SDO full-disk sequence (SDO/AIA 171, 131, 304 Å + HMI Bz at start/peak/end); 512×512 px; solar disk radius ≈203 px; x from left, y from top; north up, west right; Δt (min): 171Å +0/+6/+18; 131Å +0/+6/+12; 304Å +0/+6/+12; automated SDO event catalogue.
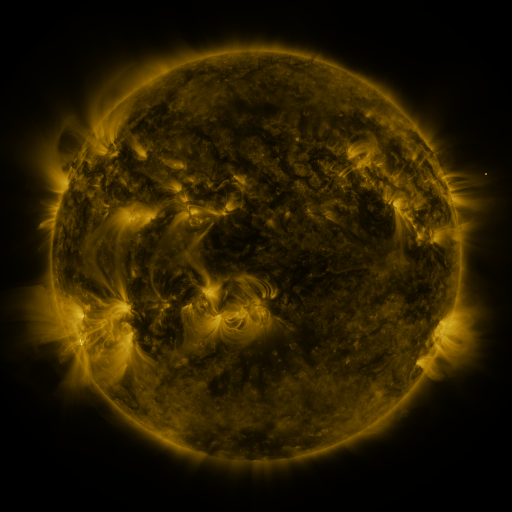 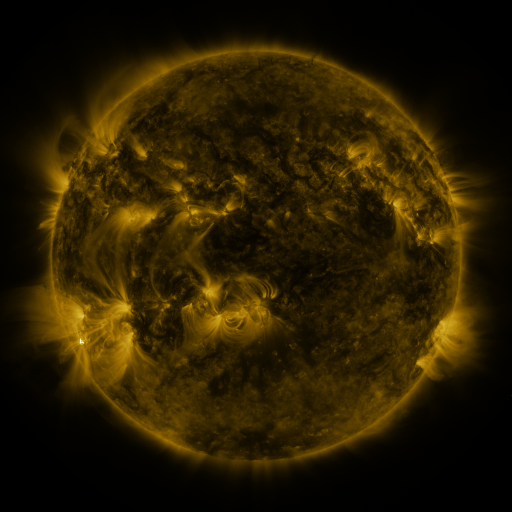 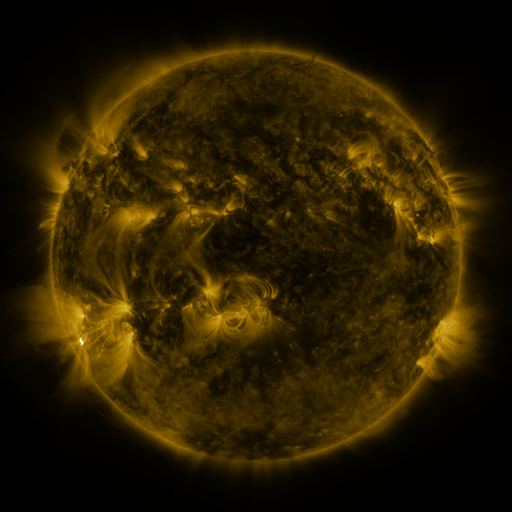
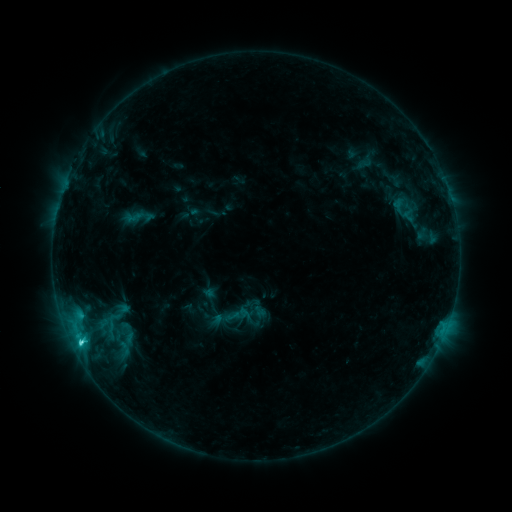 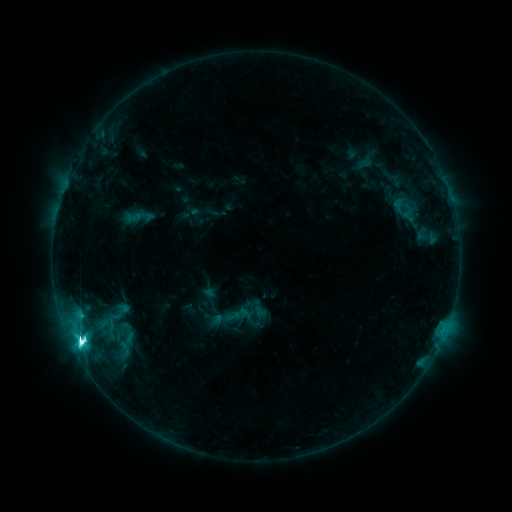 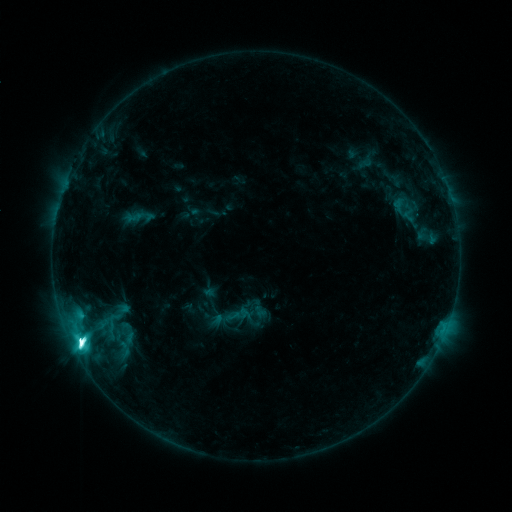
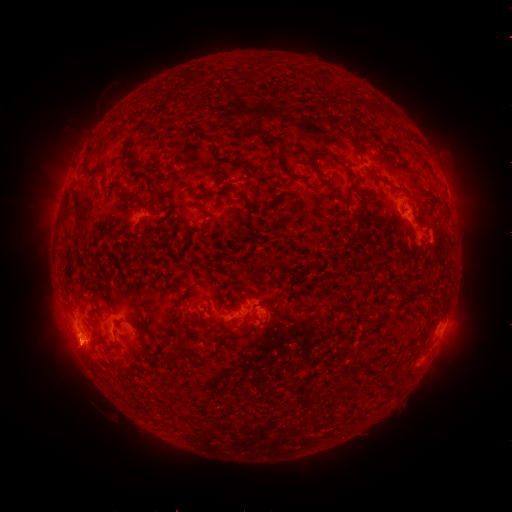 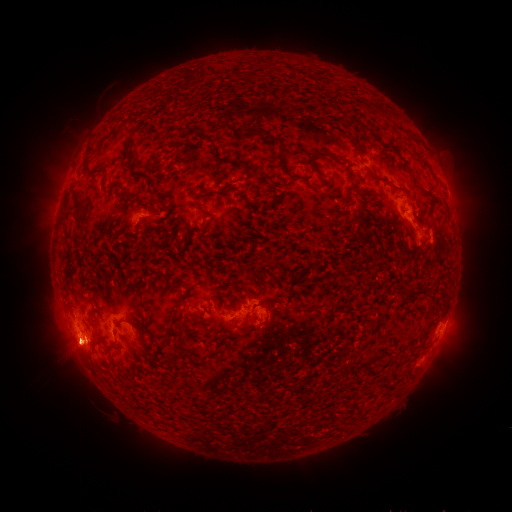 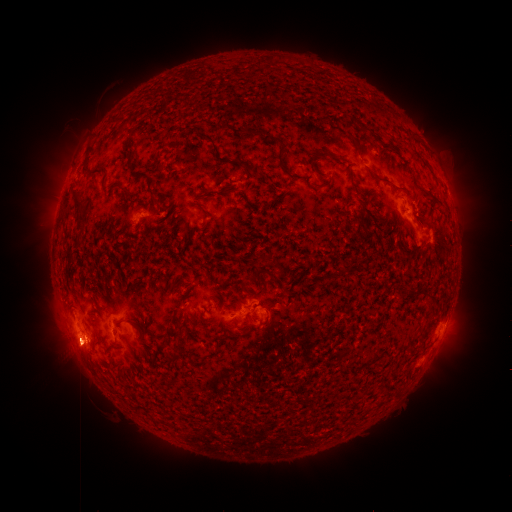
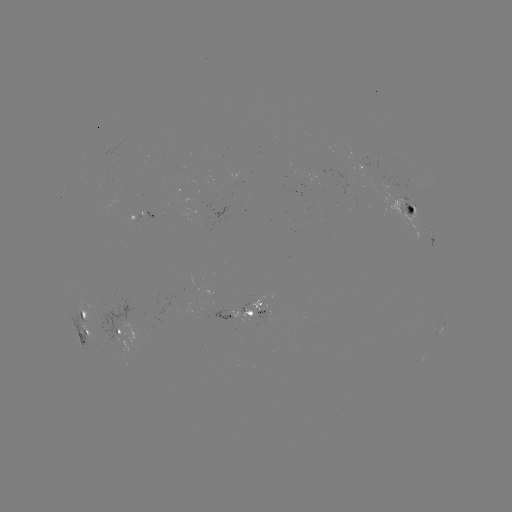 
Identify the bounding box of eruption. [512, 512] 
[425, 299, 479, 380].